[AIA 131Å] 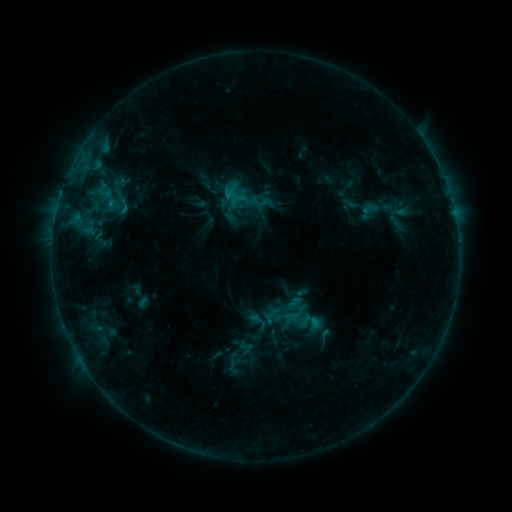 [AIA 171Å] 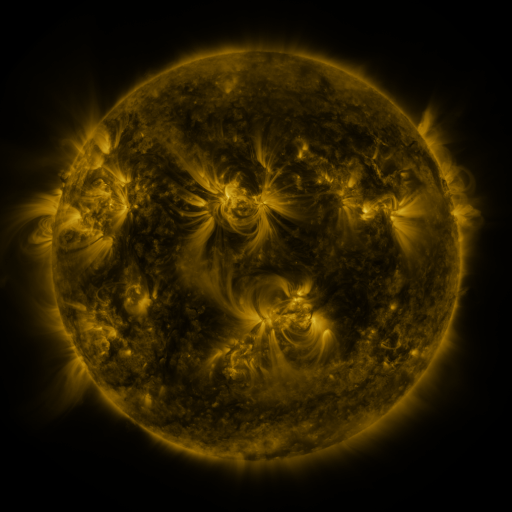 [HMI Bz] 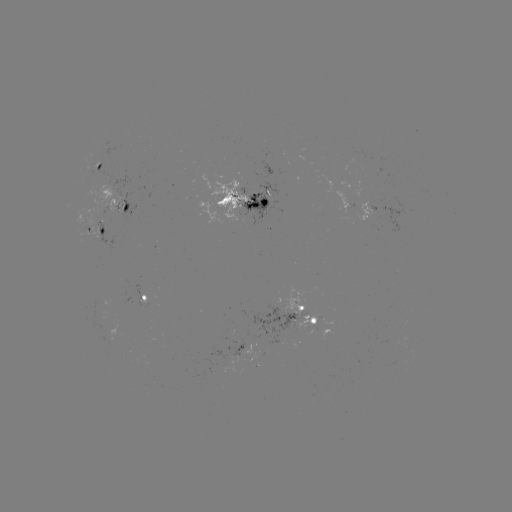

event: sigmoid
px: (123, 206)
